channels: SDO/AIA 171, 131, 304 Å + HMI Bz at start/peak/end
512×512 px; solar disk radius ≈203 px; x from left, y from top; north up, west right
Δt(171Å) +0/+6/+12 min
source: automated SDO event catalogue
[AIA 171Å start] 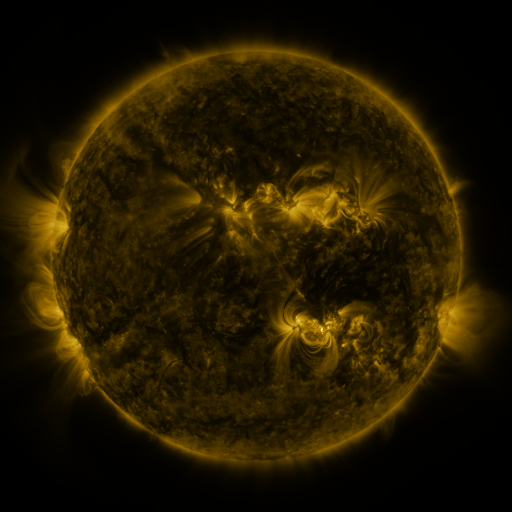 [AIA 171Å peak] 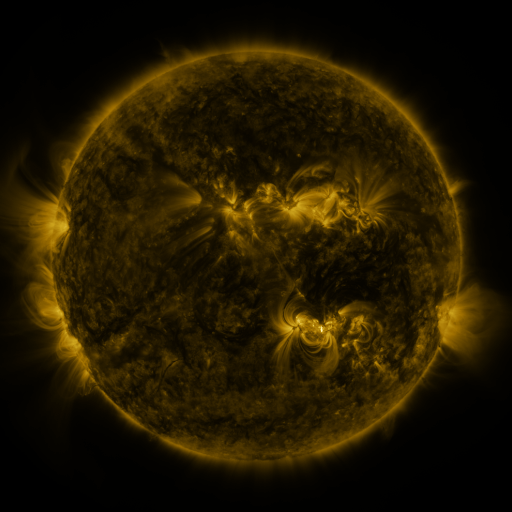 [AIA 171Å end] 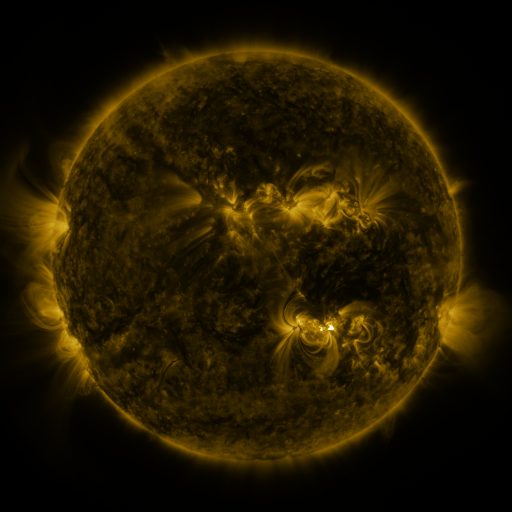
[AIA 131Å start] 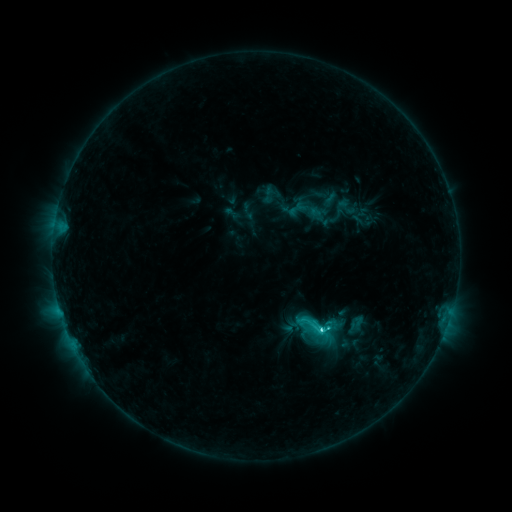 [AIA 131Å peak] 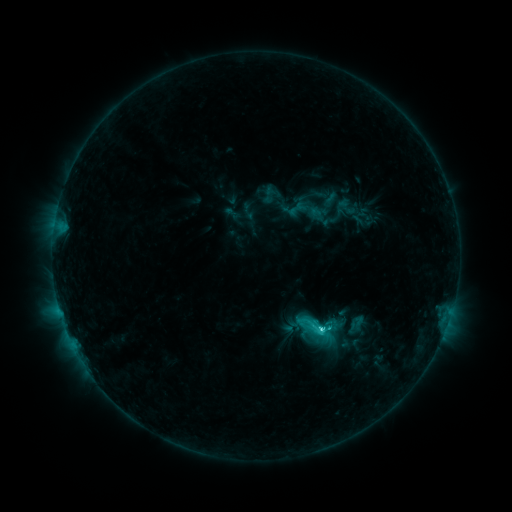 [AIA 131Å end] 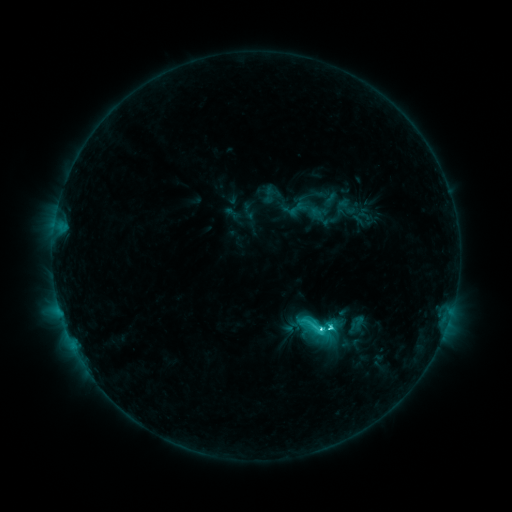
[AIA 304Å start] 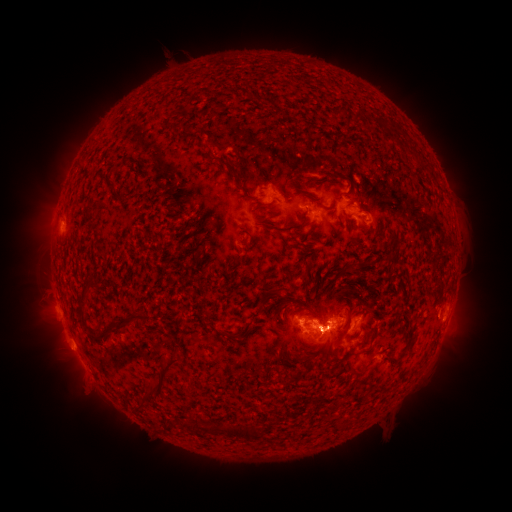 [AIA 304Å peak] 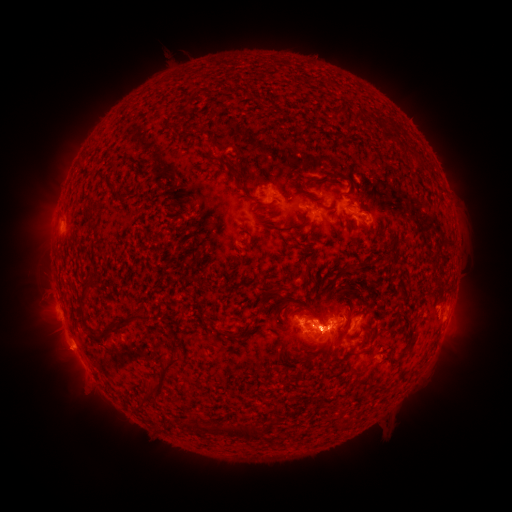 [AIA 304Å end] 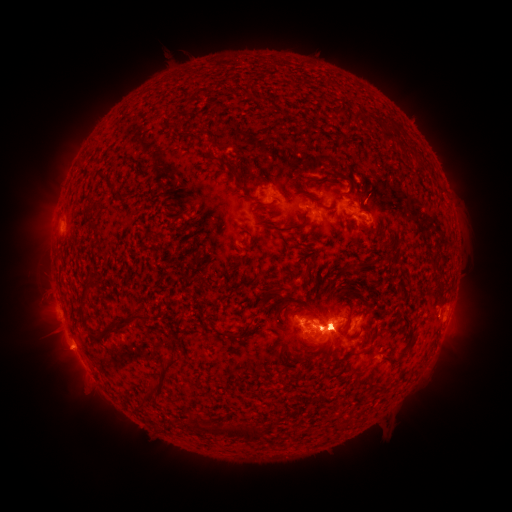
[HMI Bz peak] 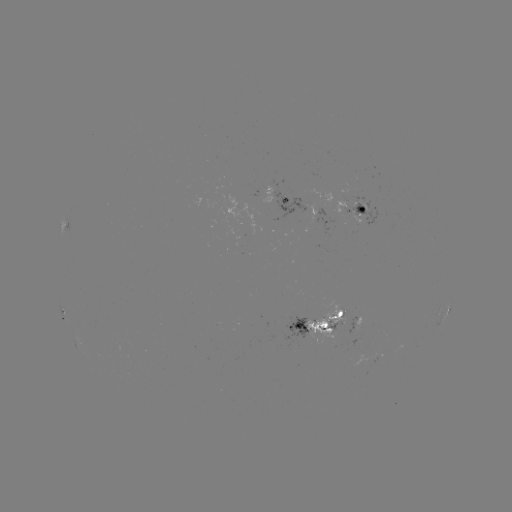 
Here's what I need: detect C5.6 flare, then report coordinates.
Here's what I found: C5.6 flare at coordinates [319, 326].